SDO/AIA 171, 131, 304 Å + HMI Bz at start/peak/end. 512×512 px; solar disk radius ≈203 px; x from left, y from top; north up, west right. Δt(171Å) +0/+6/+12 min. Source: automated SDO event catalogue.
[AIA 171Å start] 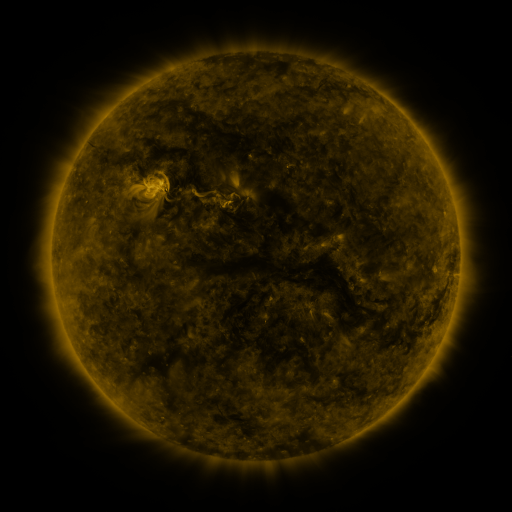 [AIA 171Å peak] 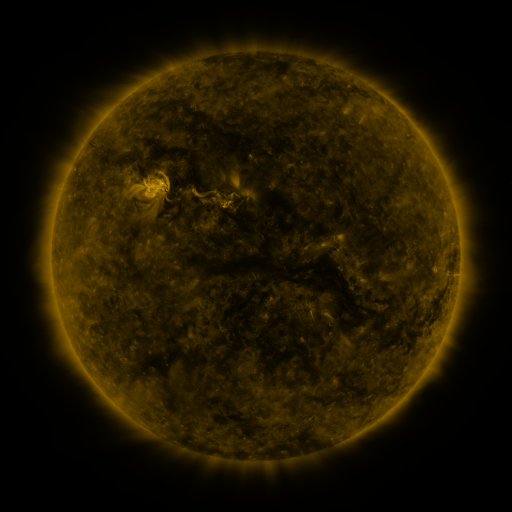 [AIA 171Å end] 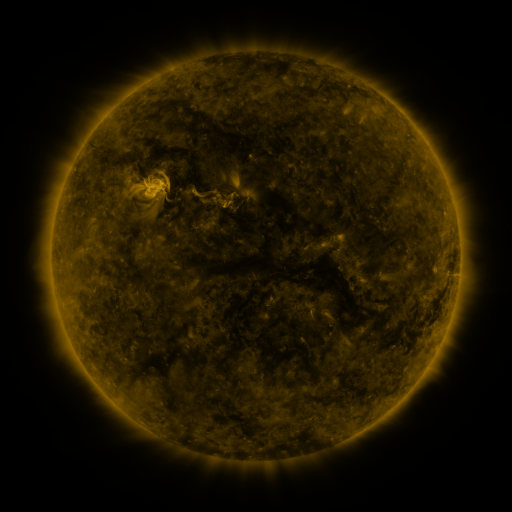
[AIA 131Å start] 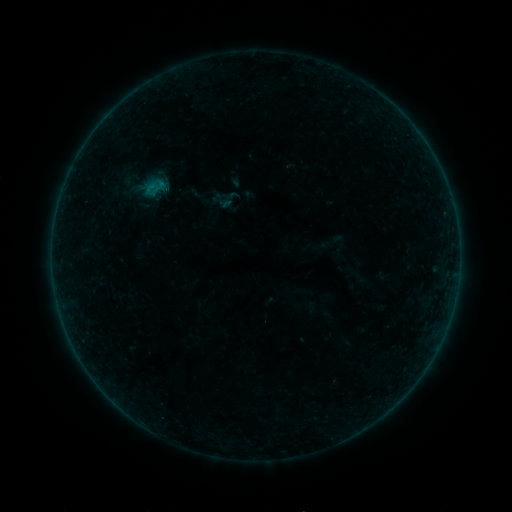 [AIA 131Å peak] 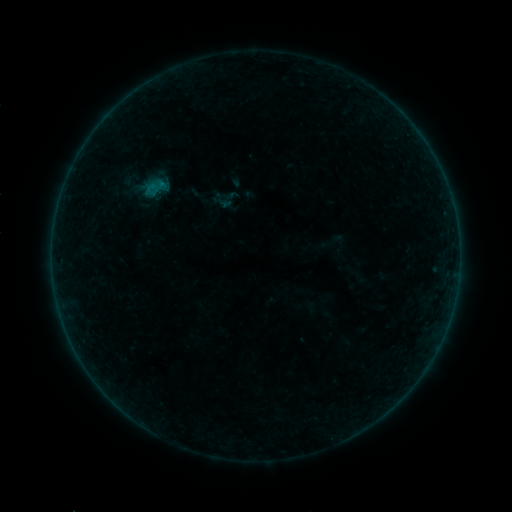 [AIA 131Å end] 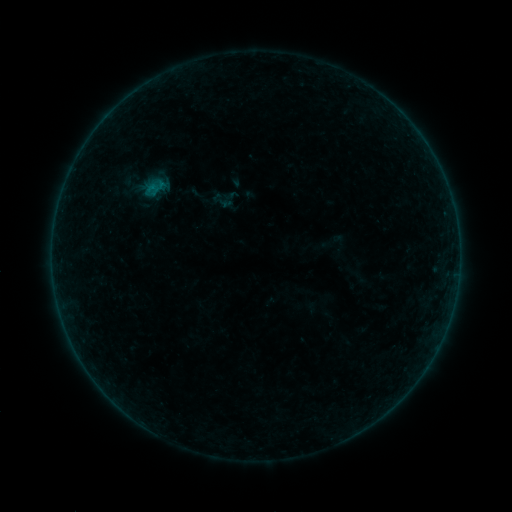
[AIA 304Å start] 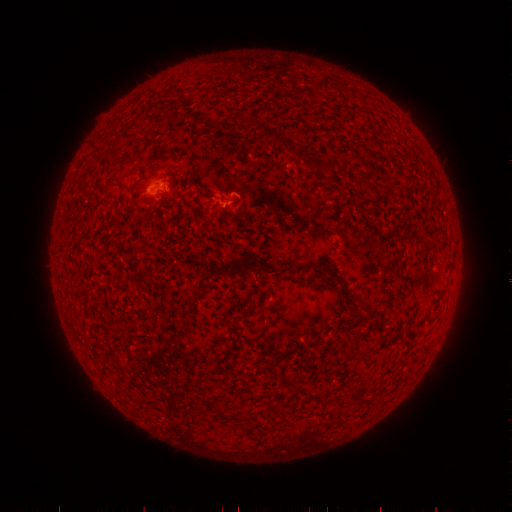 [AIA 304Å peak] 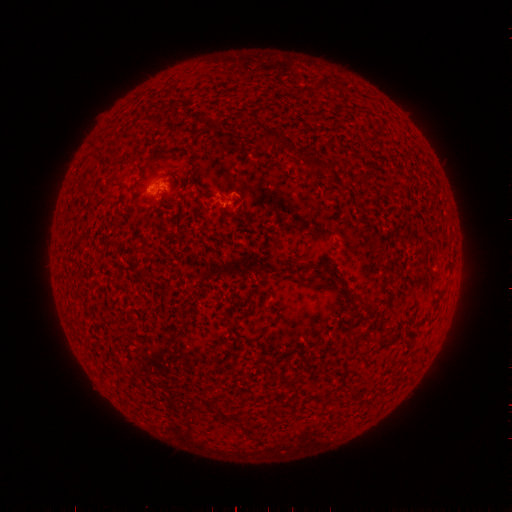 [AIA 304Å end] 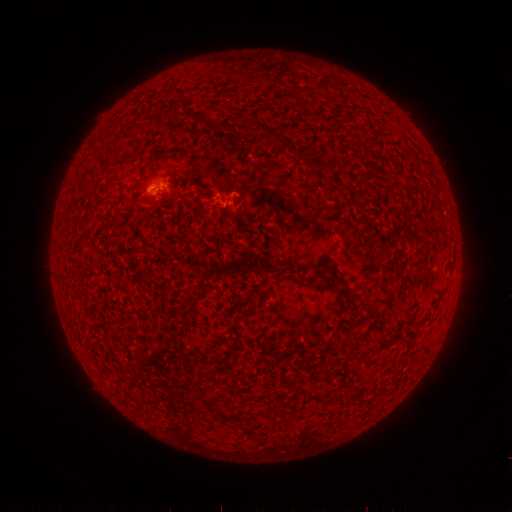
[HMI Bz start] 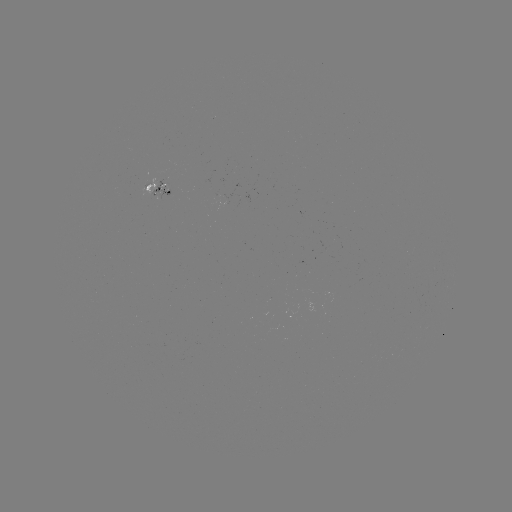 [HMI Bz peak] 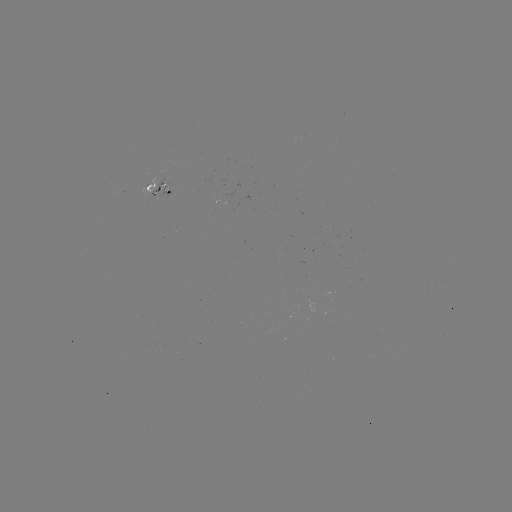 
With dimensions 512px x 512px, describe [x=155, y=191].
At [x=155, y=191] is B1.7 flare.